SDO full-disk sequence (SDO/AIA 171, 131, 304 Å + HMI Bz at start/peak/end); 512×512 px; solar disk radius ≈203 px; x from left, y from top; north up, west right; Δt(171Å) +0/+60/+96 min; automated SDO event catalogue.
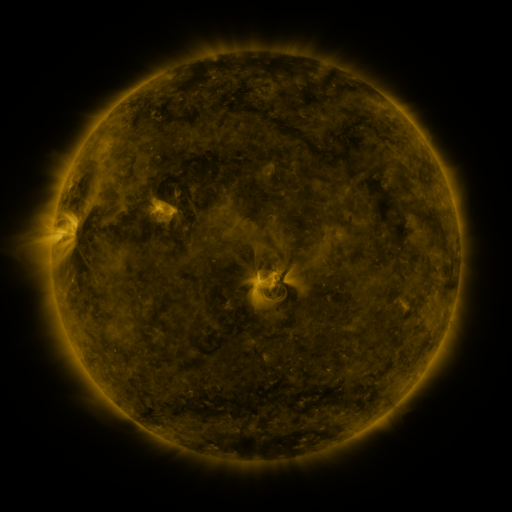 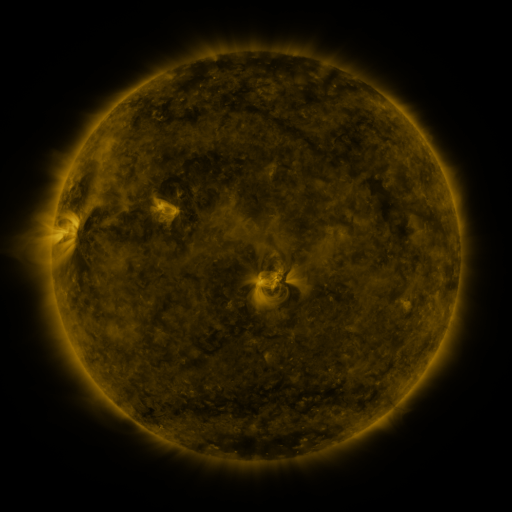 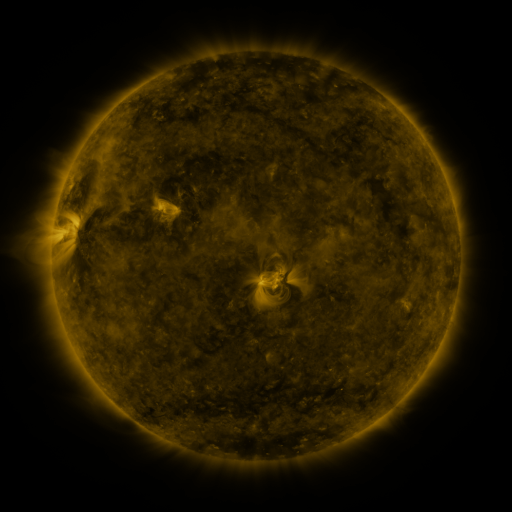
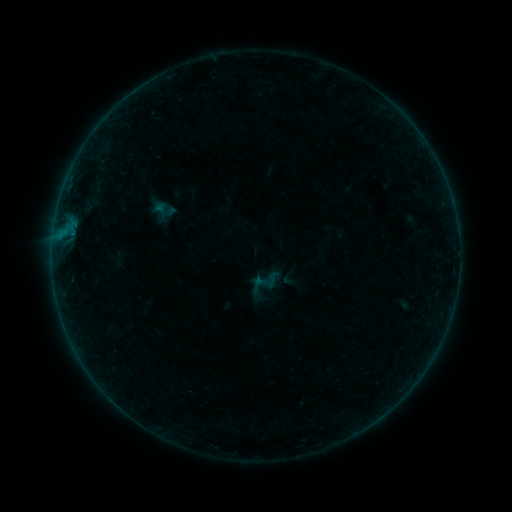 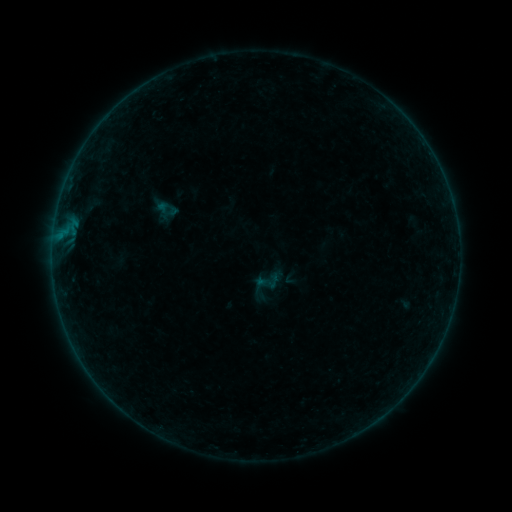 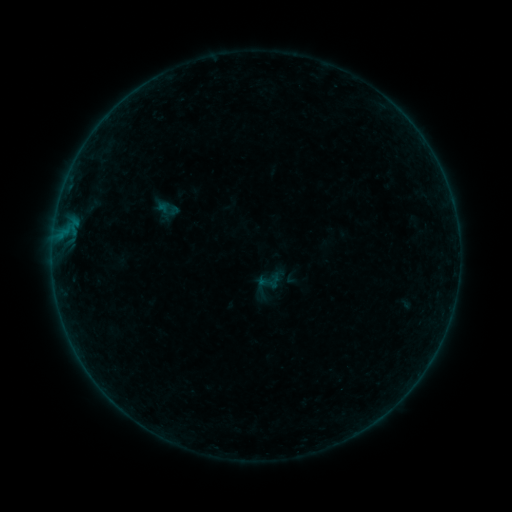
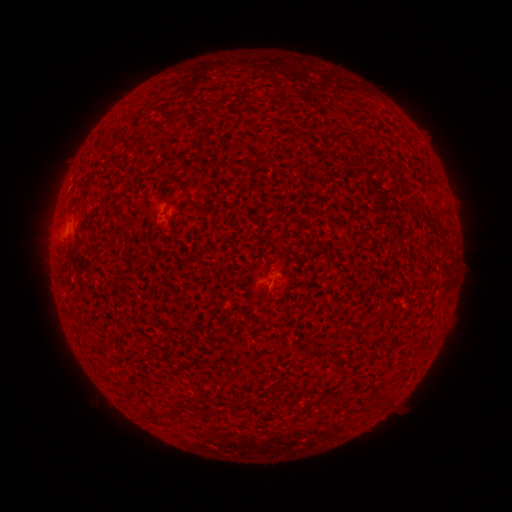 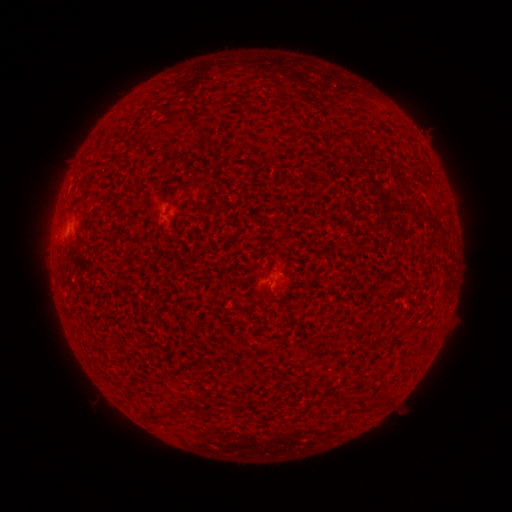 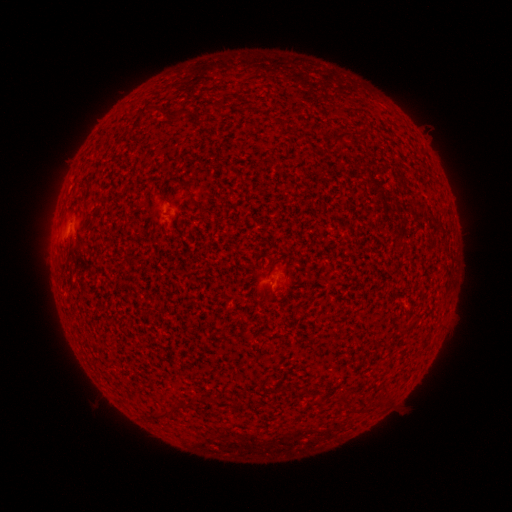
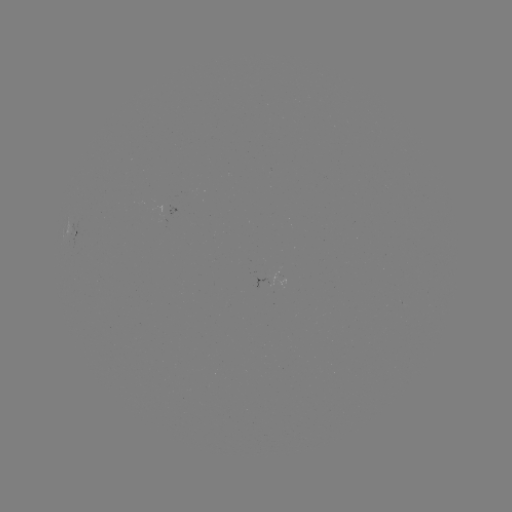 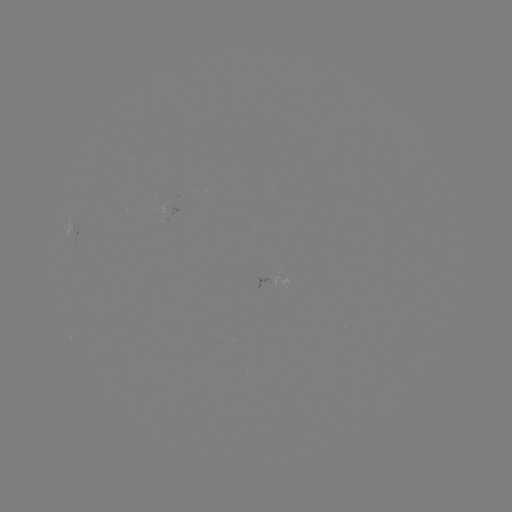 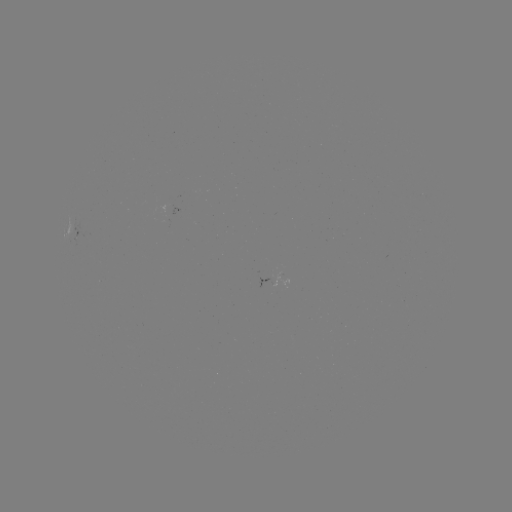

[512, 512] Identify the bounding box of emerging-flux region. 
[166, 204, 179, 216].